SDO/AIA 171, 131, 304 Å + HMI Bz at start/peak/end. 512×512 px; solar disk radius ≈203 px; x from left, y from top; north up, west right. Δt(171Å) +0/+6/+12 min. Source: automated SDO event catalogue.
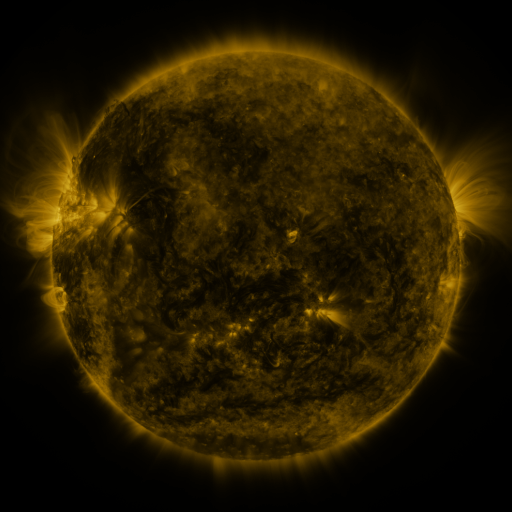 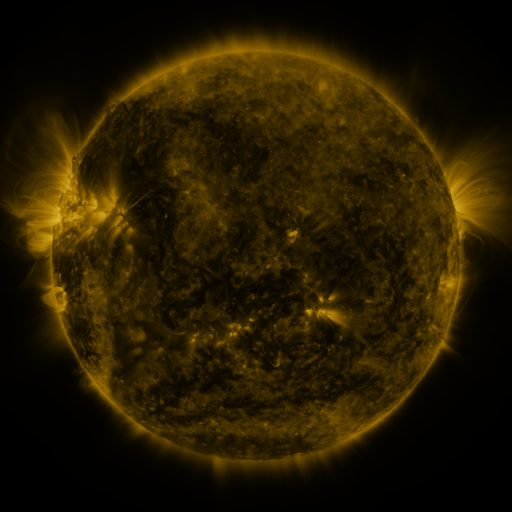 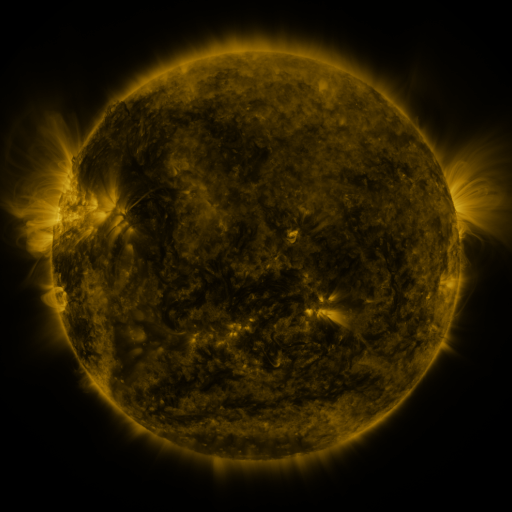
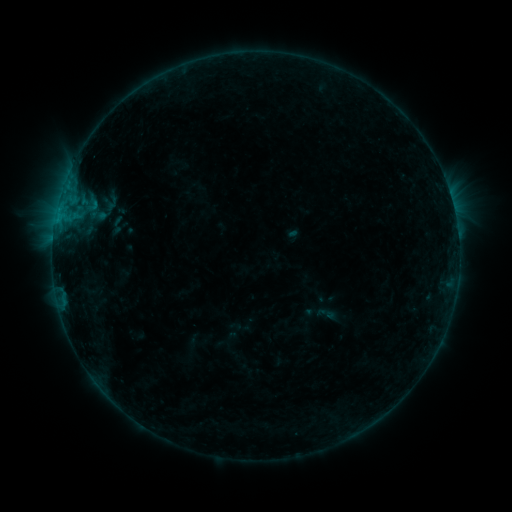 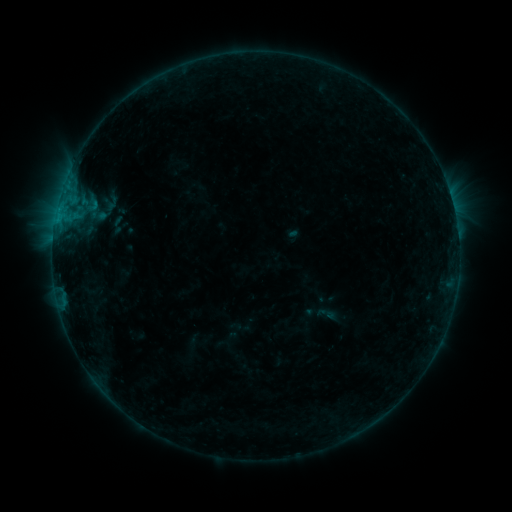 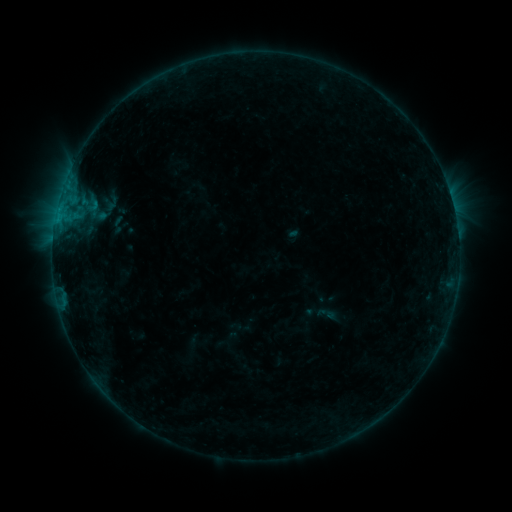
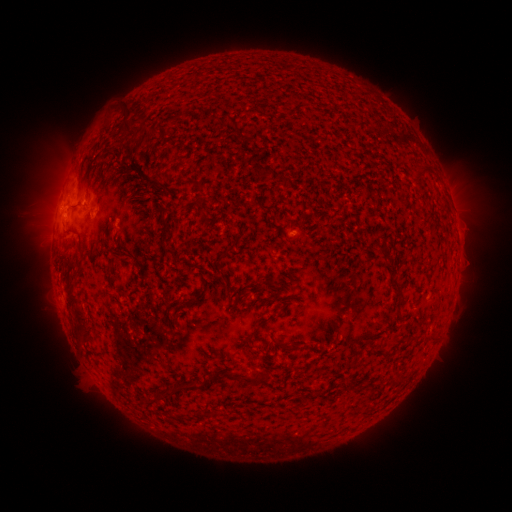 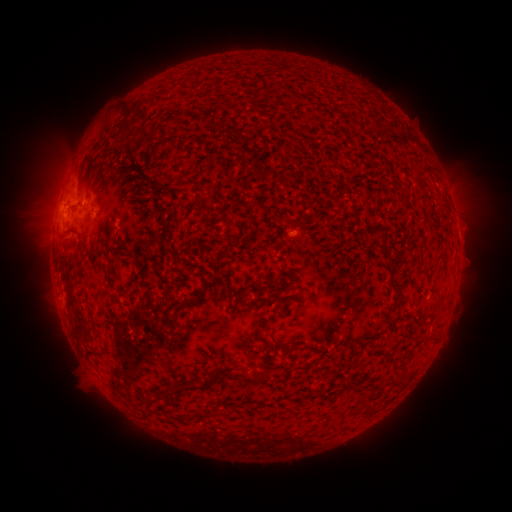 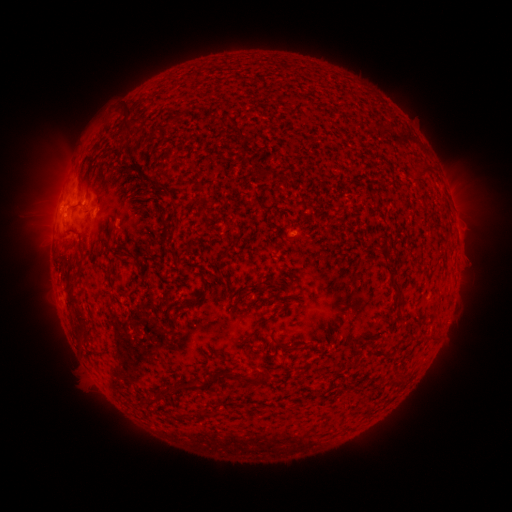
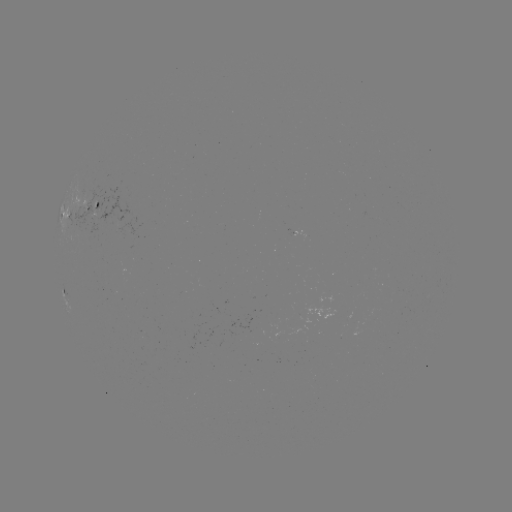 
nothing was catalogued: no classed flare, no EUV trigger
